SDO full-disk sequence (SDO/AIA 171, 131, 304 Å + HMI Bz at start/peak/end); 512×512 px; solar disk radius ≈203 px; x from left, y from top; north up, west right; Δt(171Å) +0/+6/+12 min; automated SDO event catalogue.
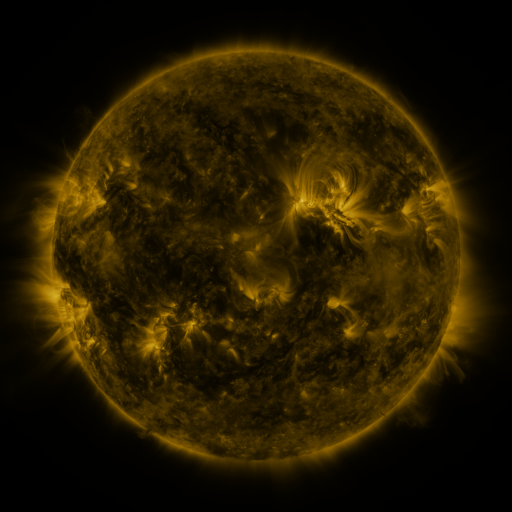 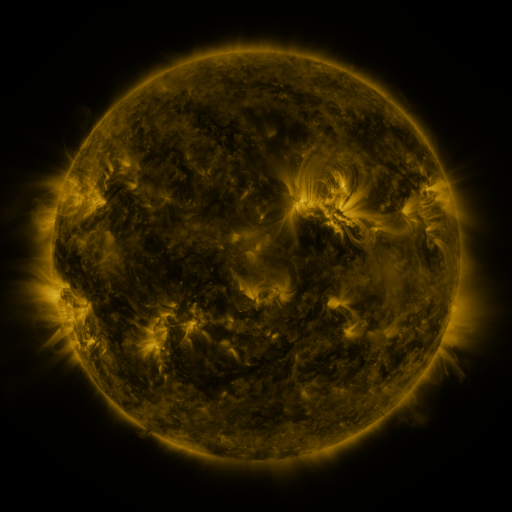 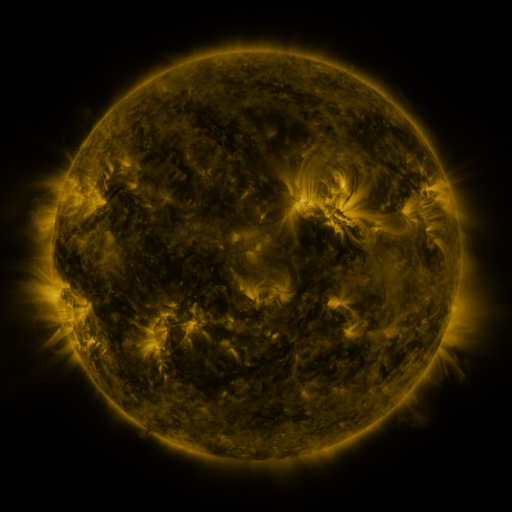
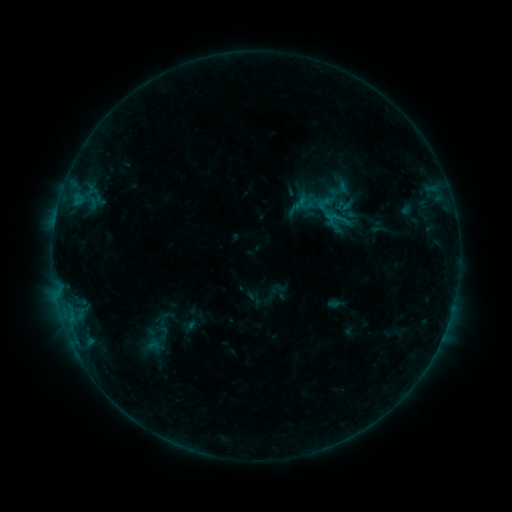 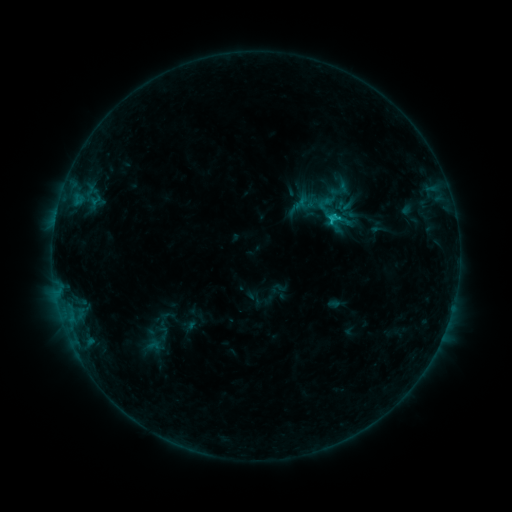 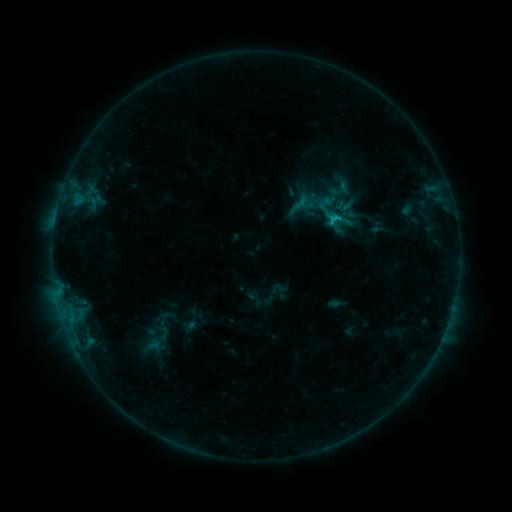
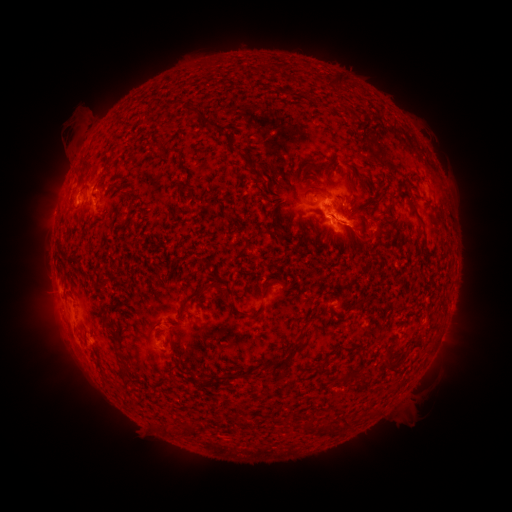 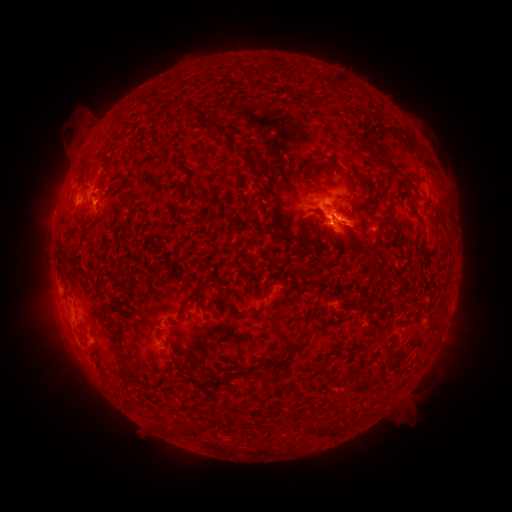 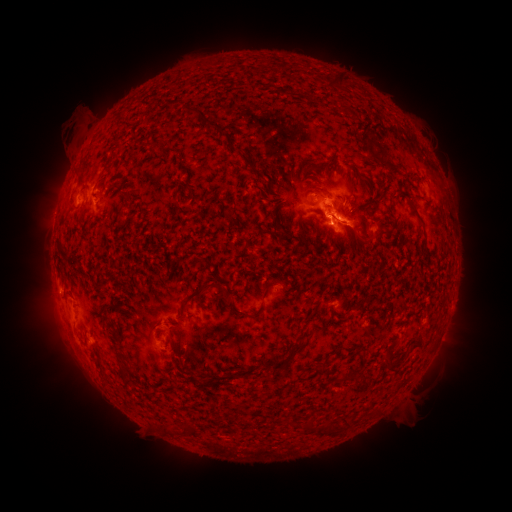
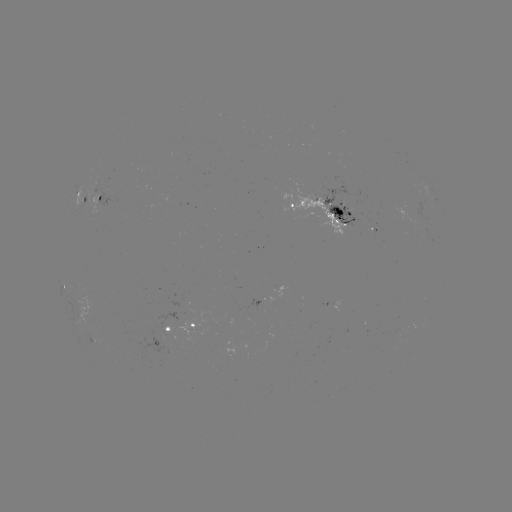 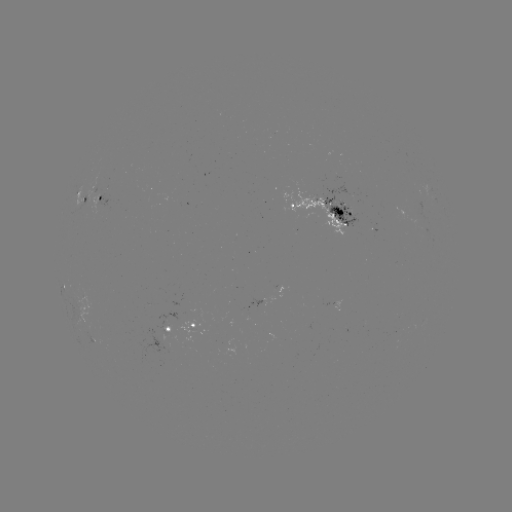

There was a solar flare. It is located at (331, 221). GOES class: C1.1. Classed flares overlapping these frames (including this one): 1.